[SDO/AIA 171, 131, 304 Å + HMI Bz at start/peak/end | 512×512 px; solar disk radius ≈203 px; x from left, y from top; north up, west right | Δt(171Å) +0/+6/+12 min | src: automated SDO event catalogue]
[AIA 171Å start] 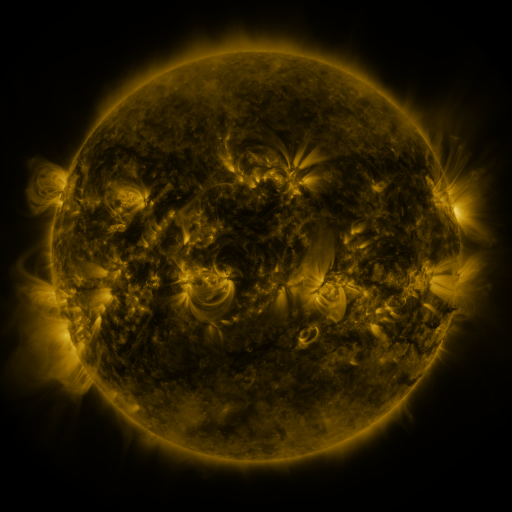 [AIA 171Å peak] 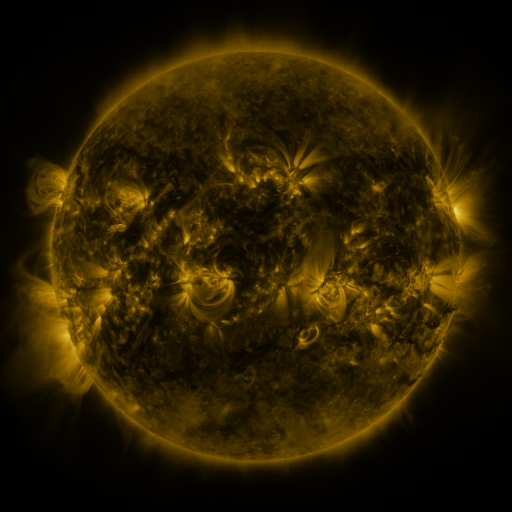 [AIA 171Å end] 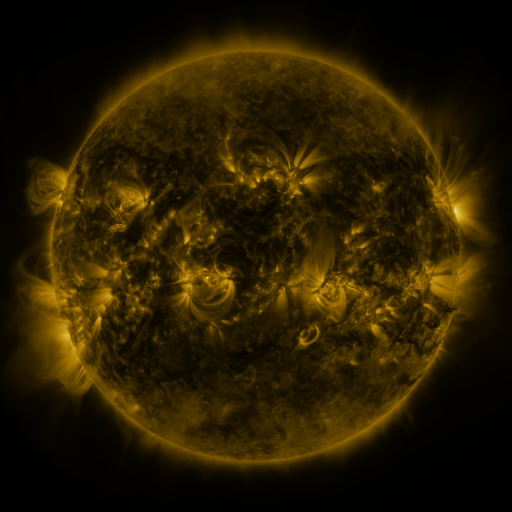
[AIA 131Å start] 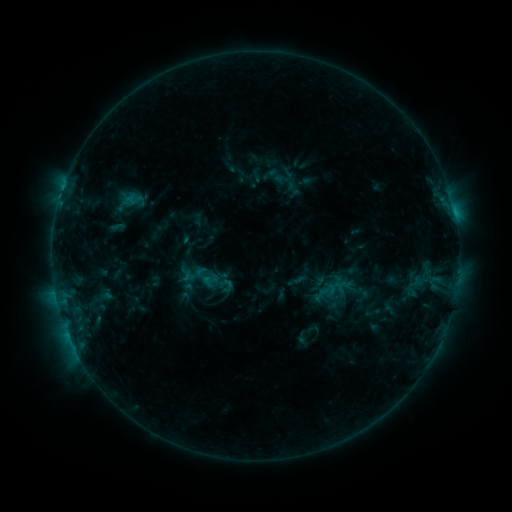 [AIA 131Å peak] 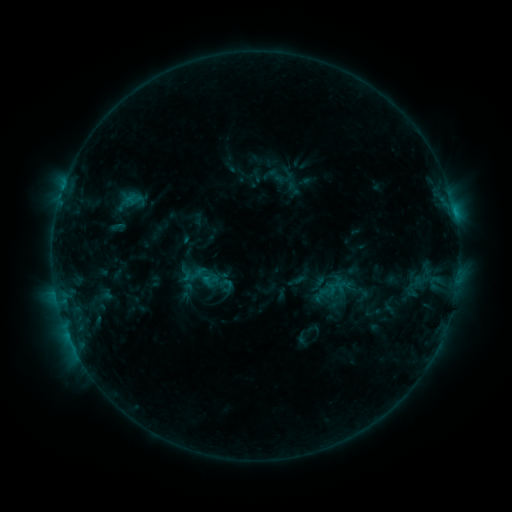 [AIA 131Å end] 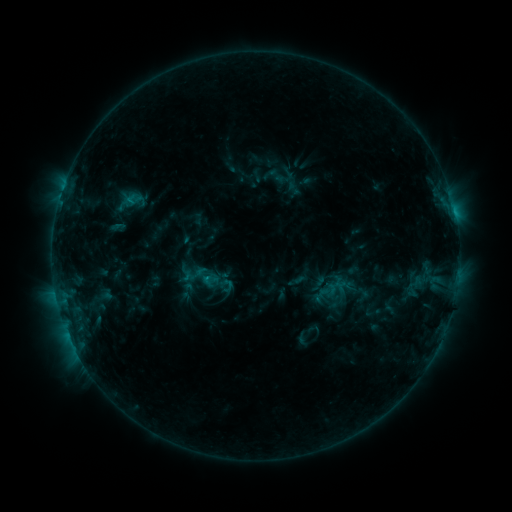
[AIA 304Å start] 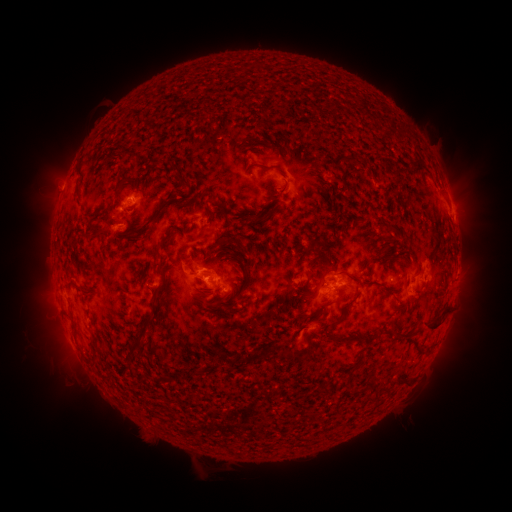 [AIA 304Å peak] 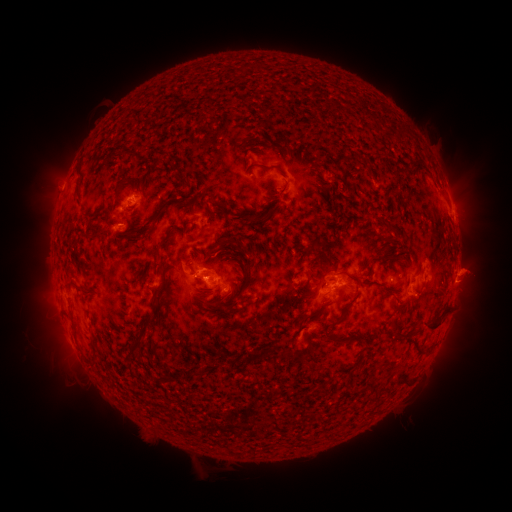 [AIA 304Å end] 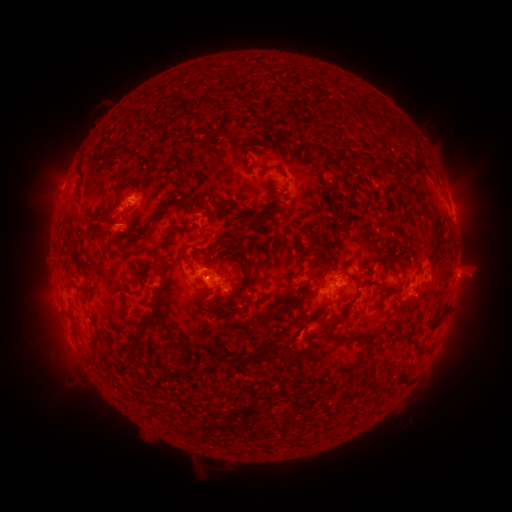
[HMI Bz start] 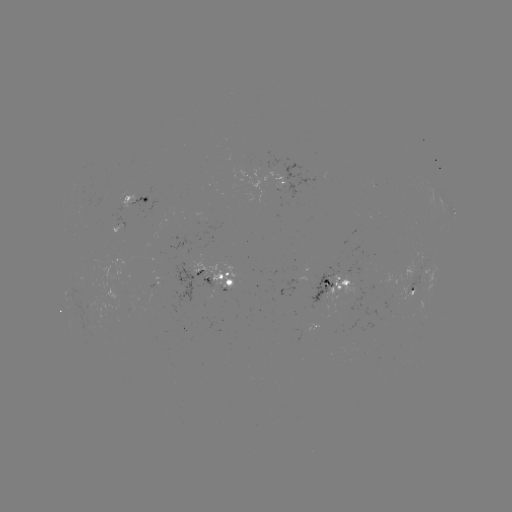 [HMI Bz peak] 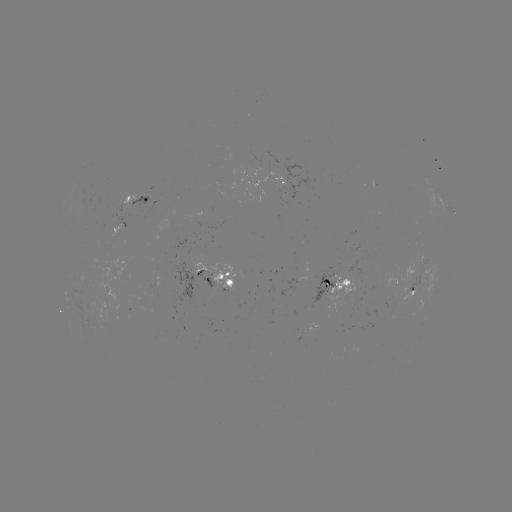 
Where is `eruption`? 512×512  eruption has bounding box [442, 243, 502, 297].